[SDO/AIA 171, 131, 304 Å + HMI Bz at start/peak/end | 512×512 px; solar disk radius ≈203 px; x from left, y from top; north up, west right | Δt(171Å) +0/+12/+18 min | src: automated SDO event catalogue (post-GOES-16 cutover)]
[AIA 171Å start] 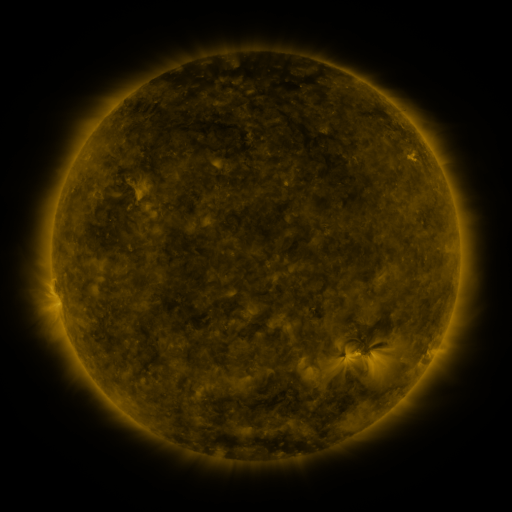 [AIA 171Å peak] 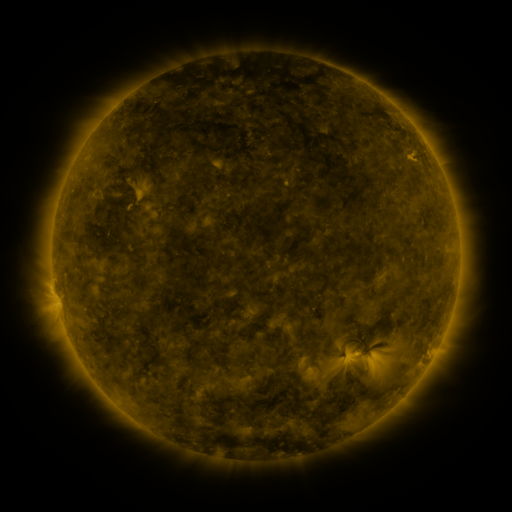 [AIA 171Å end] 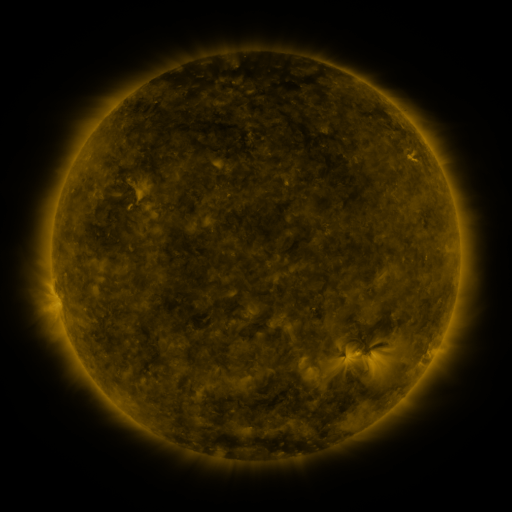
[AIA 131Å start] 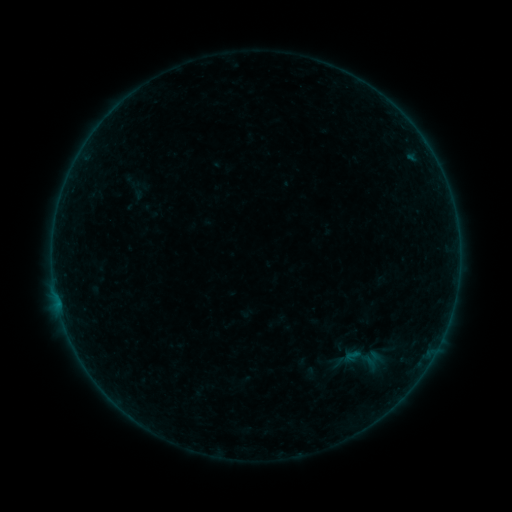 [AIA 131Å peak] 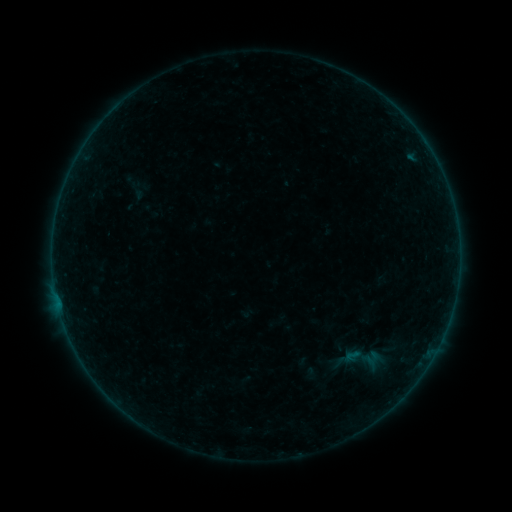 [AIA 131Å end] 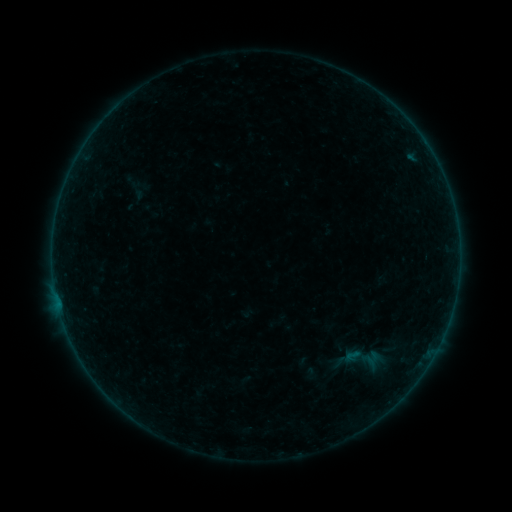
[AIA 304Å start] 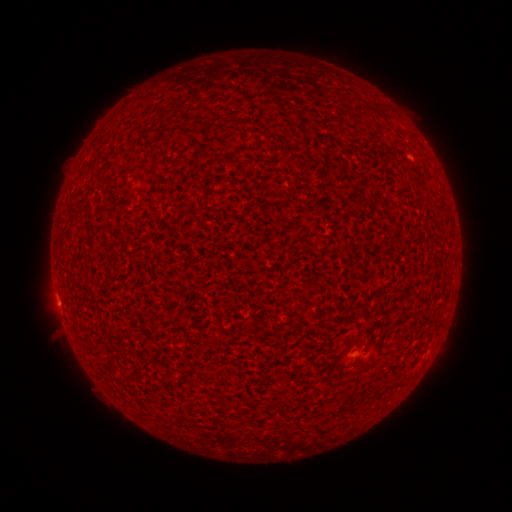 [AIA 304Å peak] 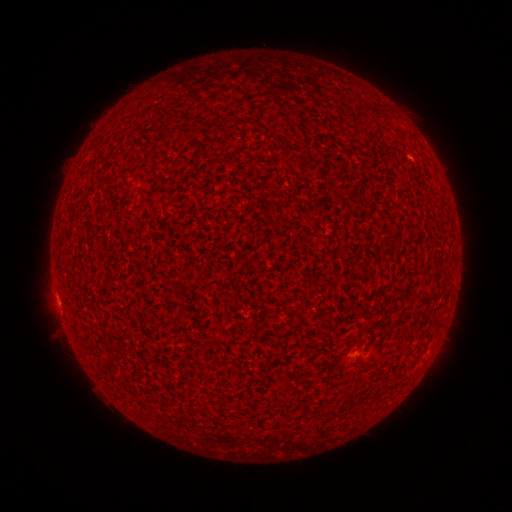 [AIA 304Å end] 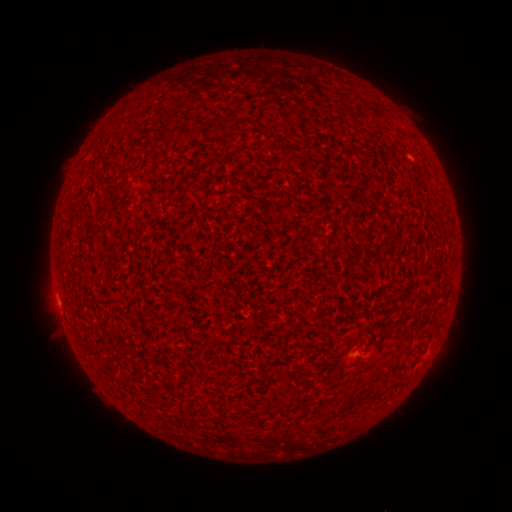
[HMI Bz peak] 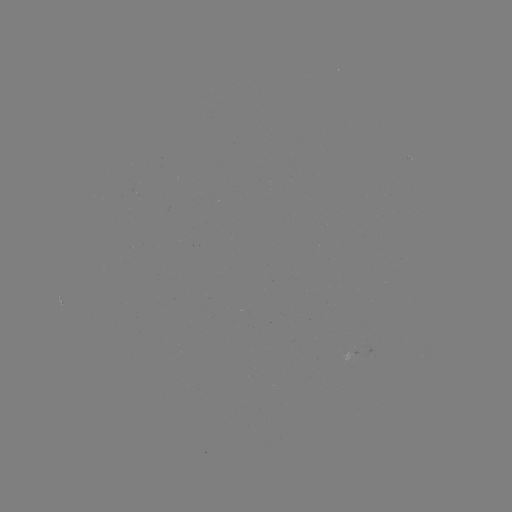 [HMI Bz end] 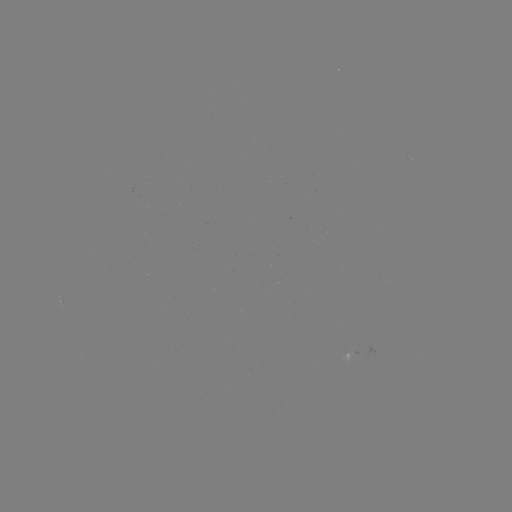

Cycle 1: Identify A4.3 flare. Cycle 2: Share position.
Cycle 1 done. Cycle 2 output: (58, 302).